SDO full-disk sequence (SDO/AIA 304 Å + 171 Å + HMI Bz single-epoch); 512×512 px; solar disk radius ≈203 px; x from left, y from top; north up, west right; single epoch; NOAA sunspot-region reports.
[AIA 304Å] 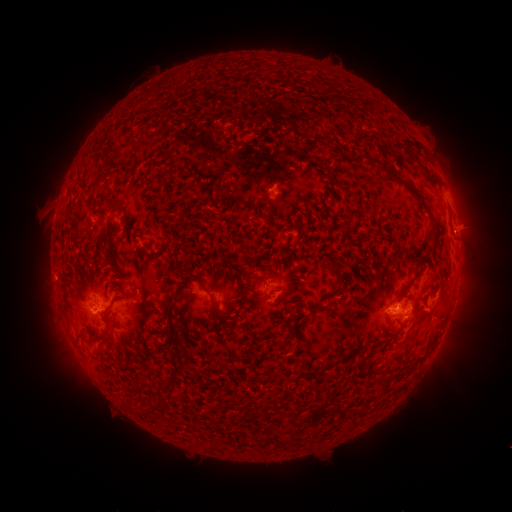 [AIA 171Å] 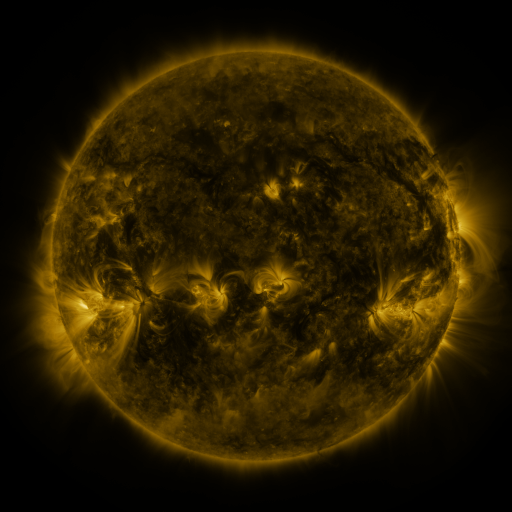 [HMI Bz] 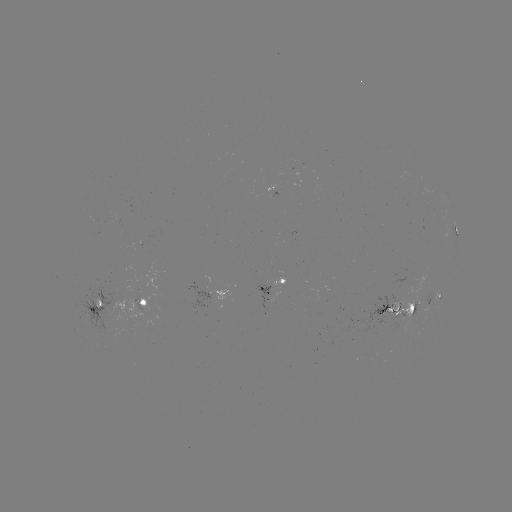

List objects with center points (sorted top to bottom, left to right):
spotted active region: (453, 210)
spotted active region: (456, 230)
spotted active region: (273, 288)
spotted active region: (217, 292)
spotted active region: (435, 299)
spotted active region: (140, 303)
spotted active region: (98, 305)
spotted active region: (398, 311)
